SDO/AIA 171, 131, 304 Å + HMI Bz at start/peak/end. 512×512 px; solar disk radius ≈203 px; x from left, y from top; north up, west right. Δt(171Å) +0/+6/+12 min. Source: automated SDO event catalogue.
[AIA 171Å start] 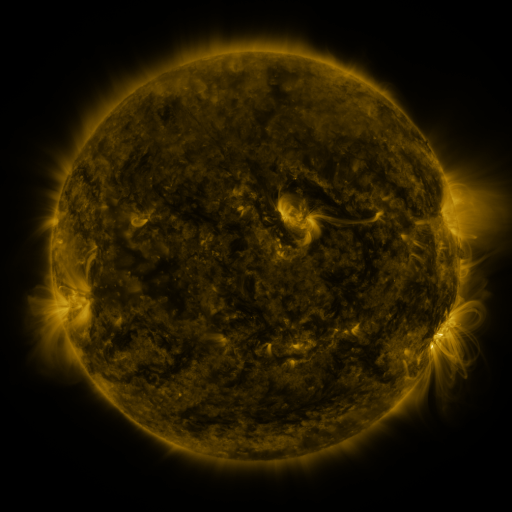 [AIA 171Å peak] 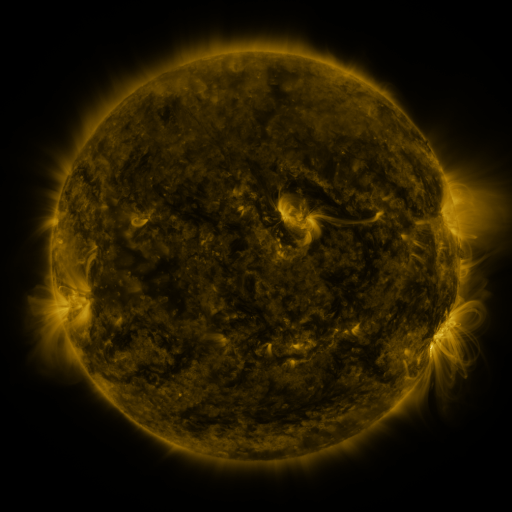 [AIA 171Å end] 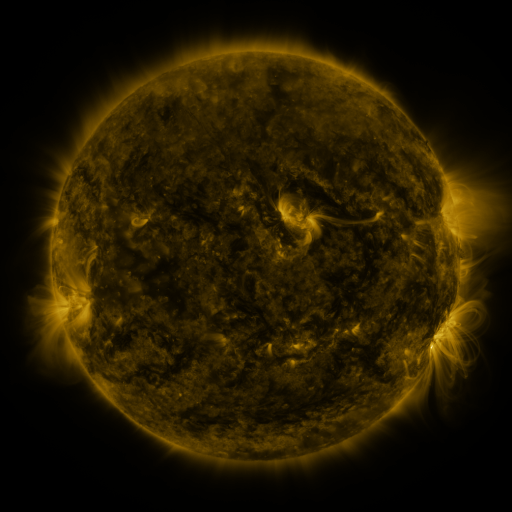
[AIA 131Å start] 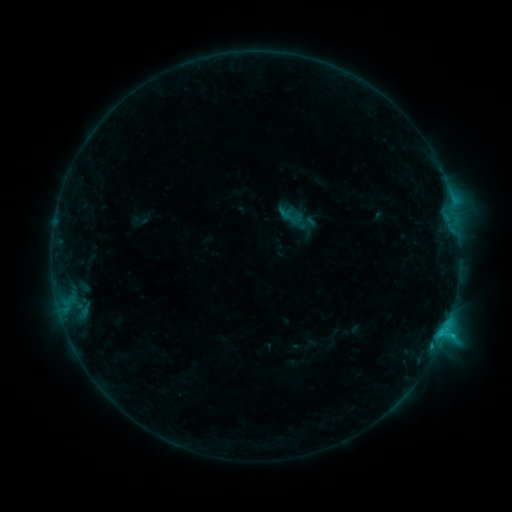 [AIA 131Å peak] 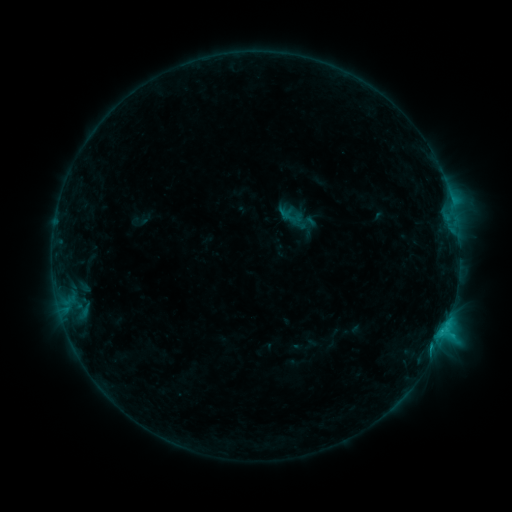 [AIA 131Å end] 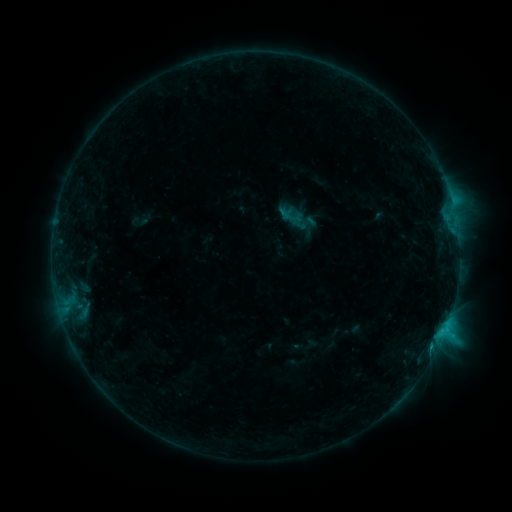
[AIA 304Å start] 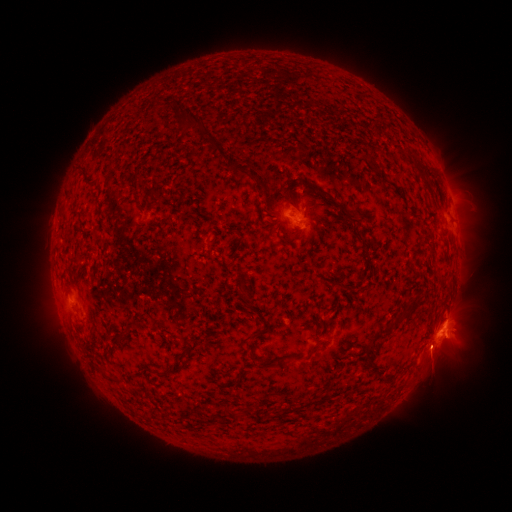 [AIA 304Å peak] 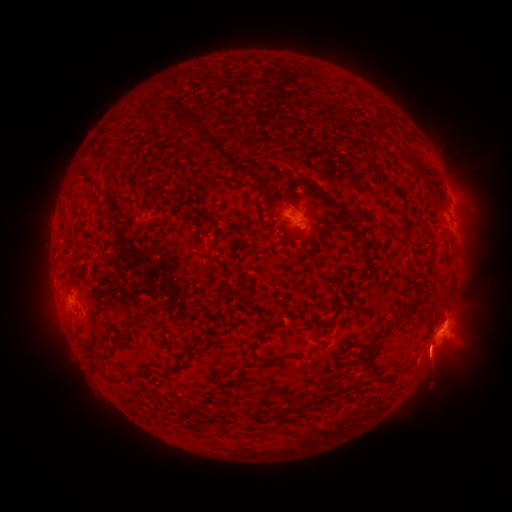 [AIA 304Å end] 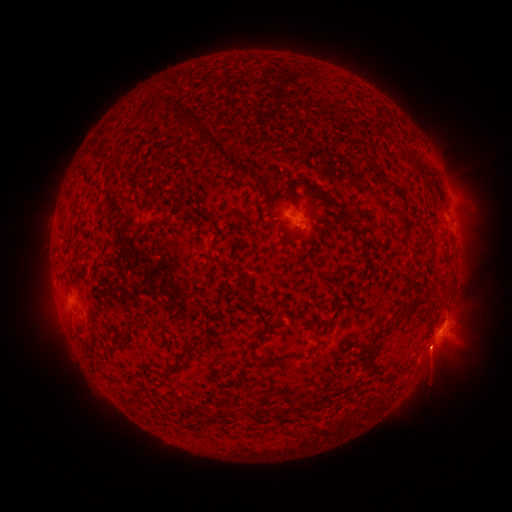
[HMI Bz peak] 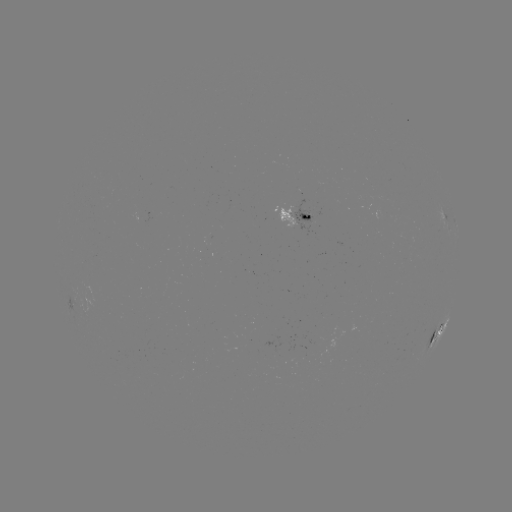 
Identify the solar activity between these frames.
eruption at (432, 357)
